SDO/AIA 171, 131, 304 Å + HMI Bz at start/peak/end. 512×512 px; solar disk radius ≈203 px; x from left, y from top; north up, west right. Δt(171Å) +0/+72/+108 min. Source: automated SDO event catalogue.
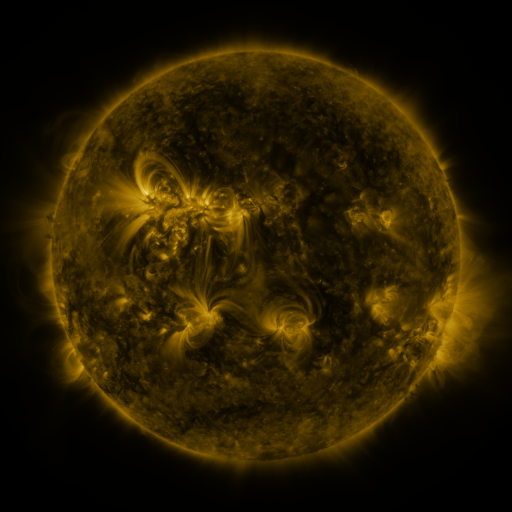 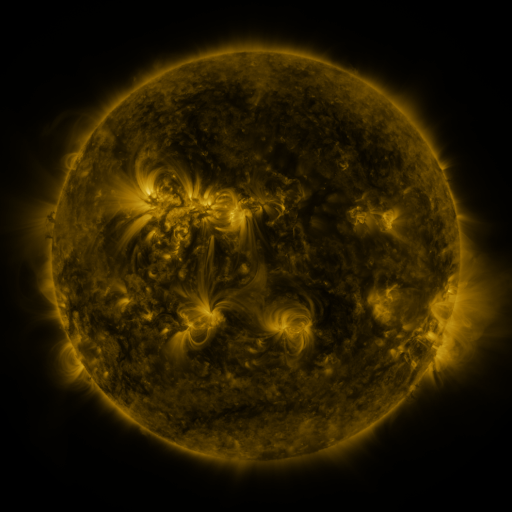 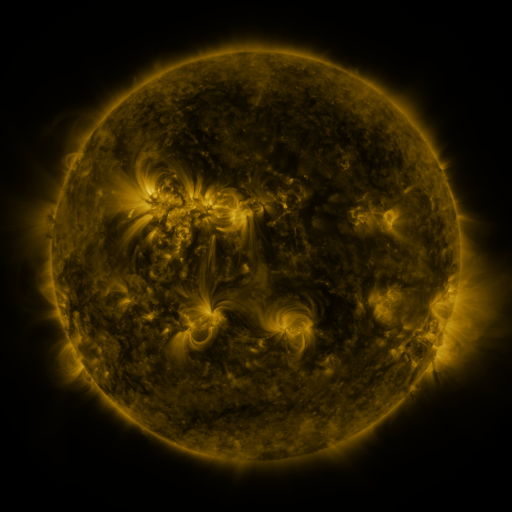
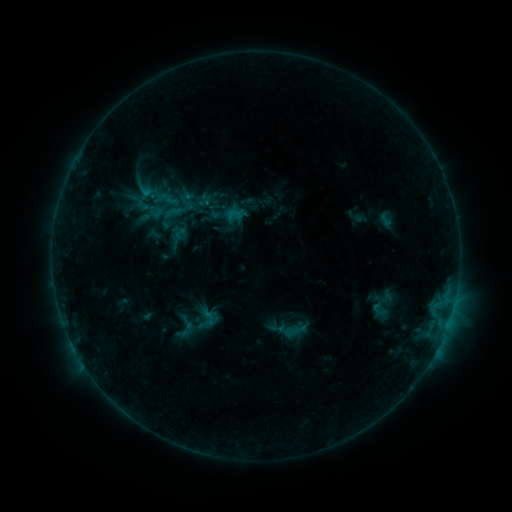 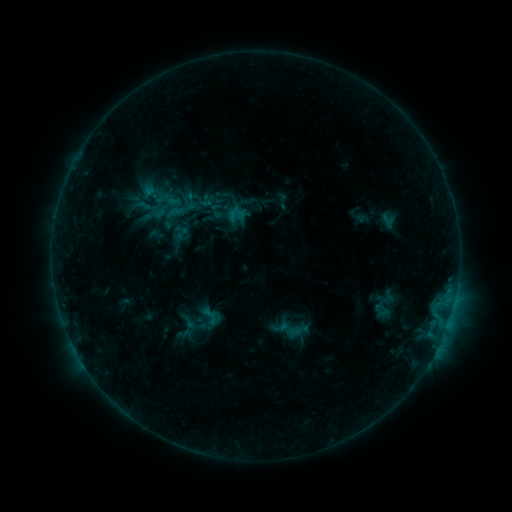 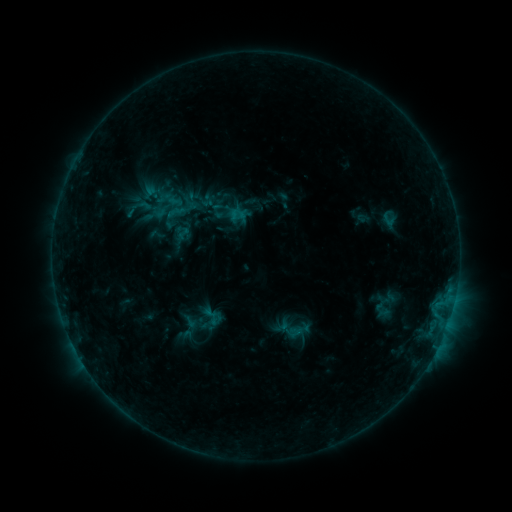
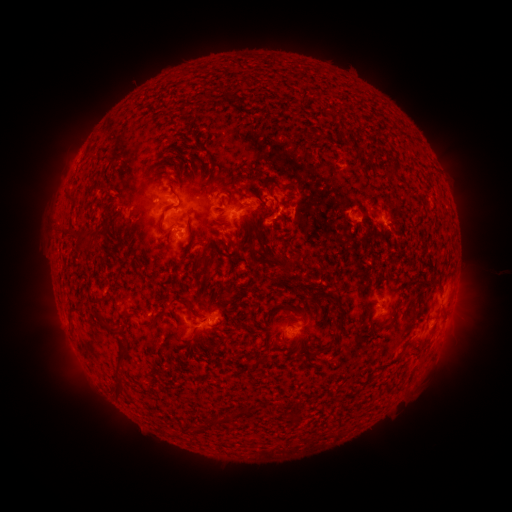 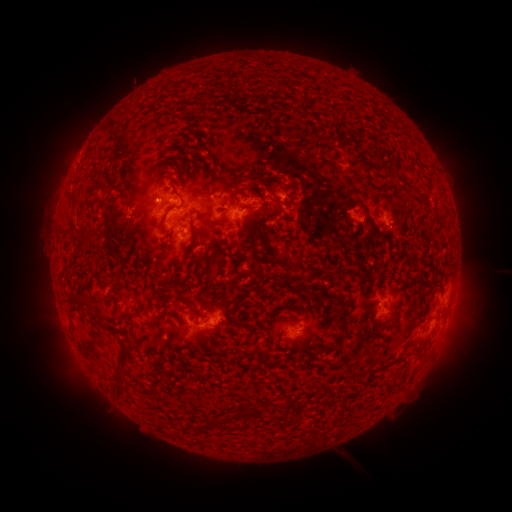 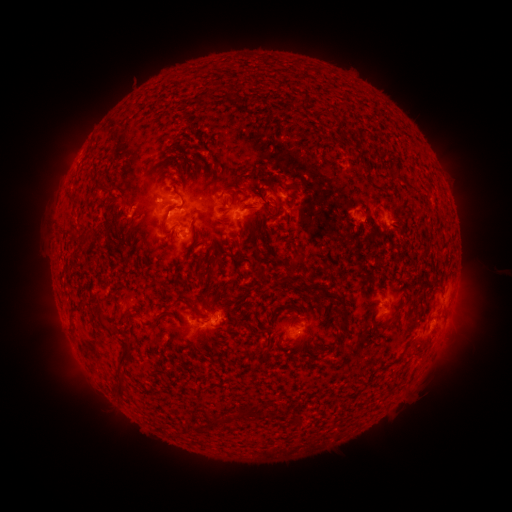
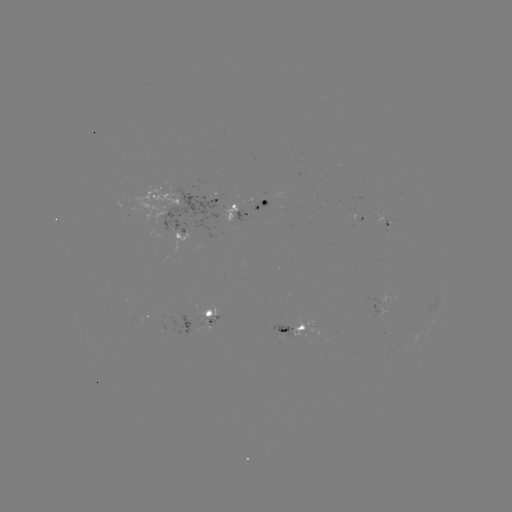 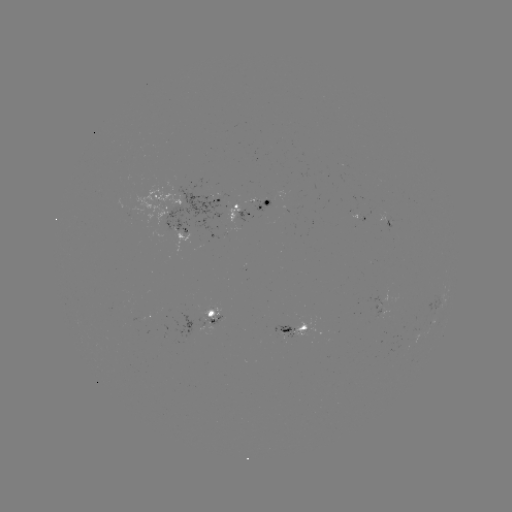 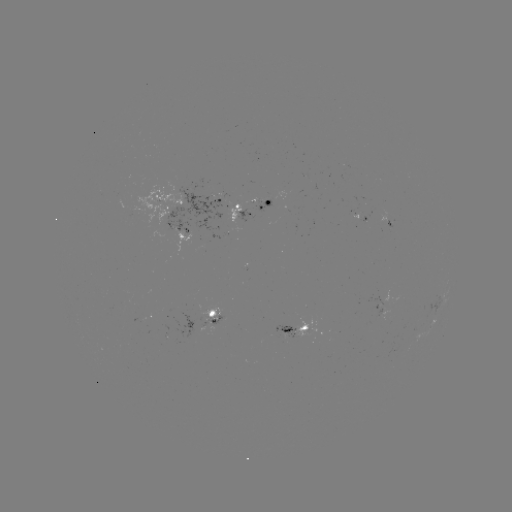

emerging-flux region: [273, 325, 294, 338]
